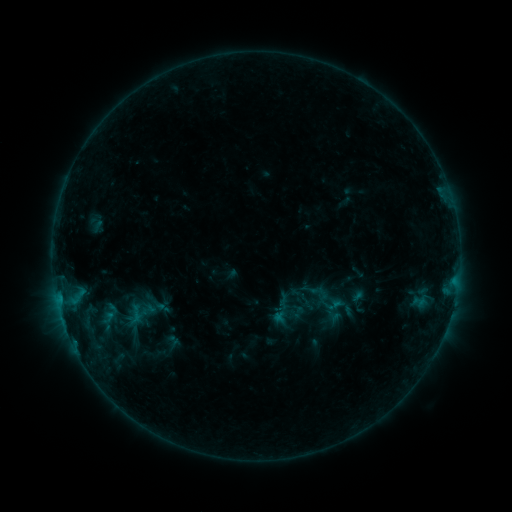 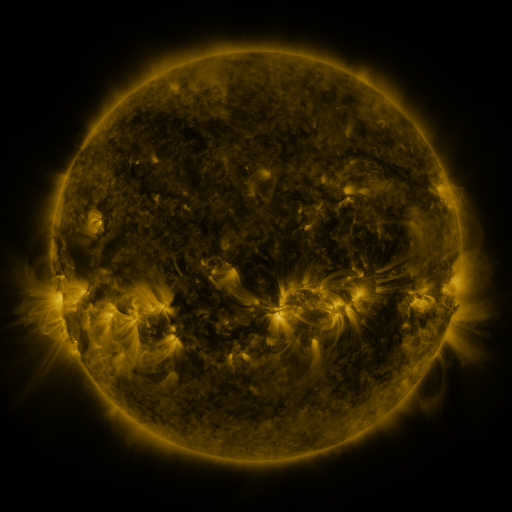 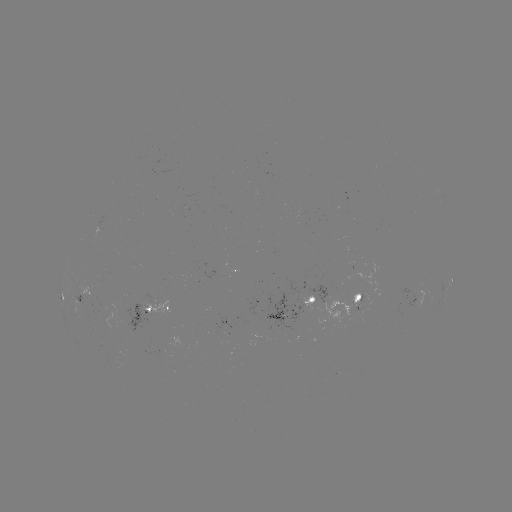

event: sigmoid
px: (327, 298)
